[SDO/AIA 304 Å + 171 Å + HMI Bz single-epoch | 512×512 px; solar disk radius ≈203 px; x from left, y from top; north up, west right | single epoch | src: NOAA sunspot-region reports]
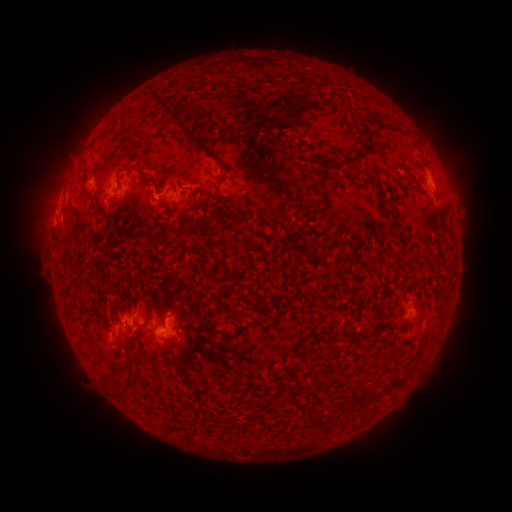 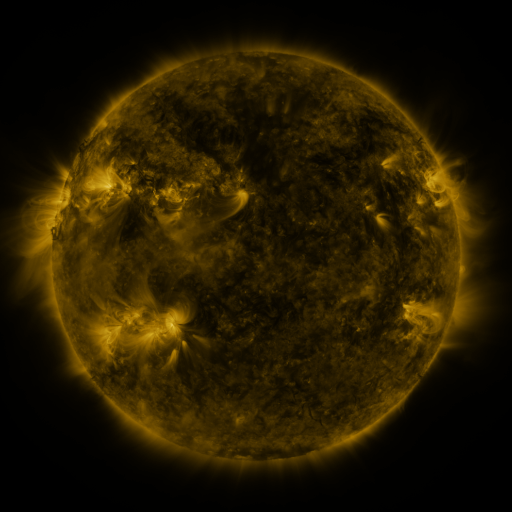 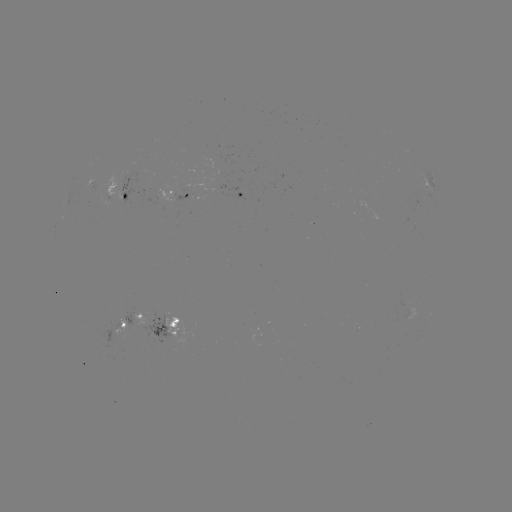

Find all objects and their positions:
spotted active region: (432, 182)
spotted active region: (92, 188)
spotted active region: (106, 194)
spotted active region: (448, 196)
spotted active region: (176, 197)
spotted active region: (242, 197)
spotted active region: (131, 317)
spotted active region: (170, 330)
